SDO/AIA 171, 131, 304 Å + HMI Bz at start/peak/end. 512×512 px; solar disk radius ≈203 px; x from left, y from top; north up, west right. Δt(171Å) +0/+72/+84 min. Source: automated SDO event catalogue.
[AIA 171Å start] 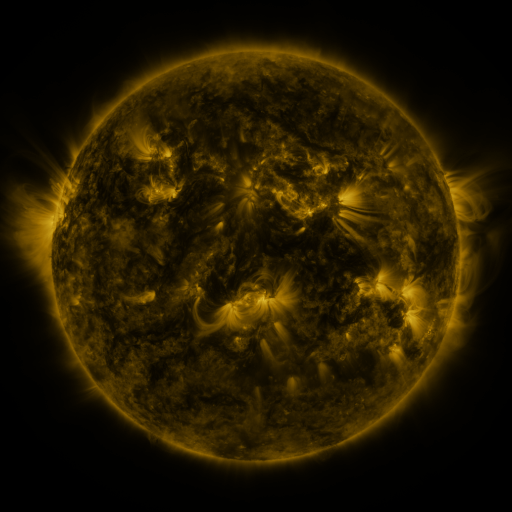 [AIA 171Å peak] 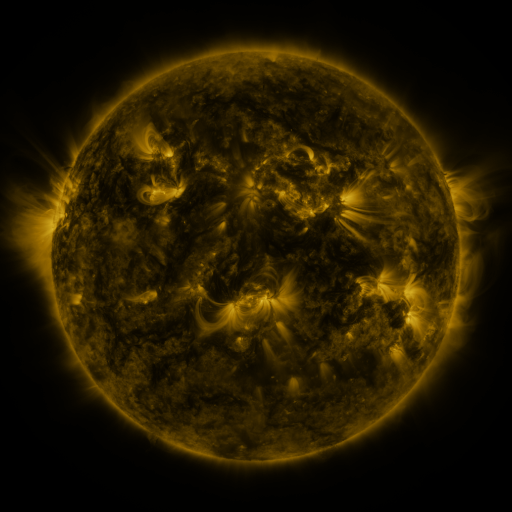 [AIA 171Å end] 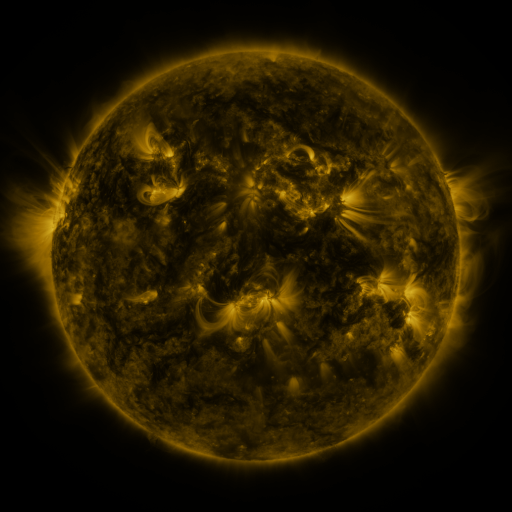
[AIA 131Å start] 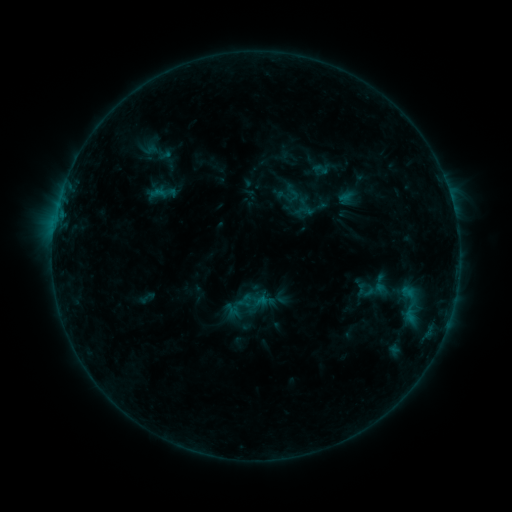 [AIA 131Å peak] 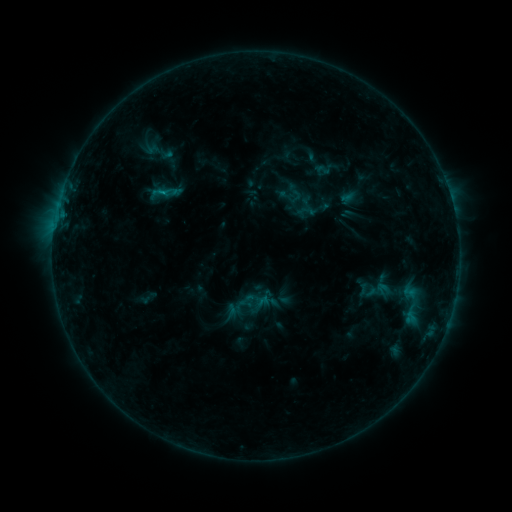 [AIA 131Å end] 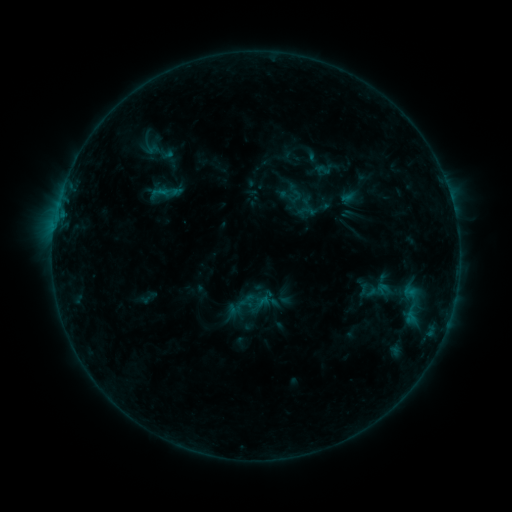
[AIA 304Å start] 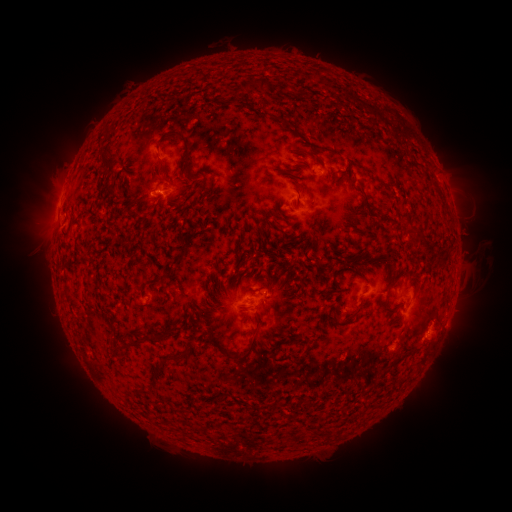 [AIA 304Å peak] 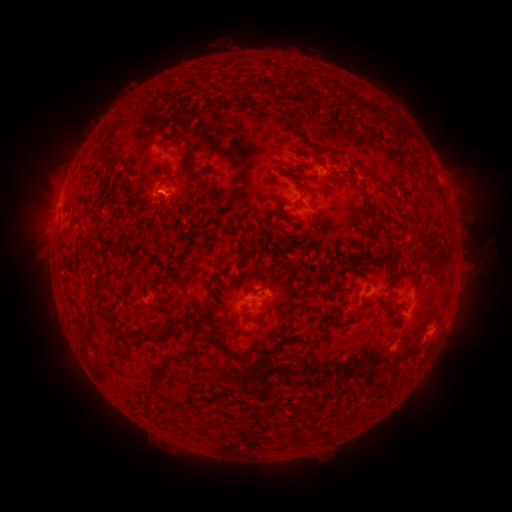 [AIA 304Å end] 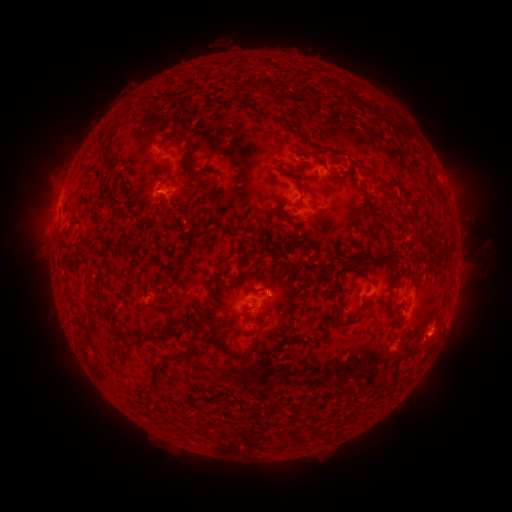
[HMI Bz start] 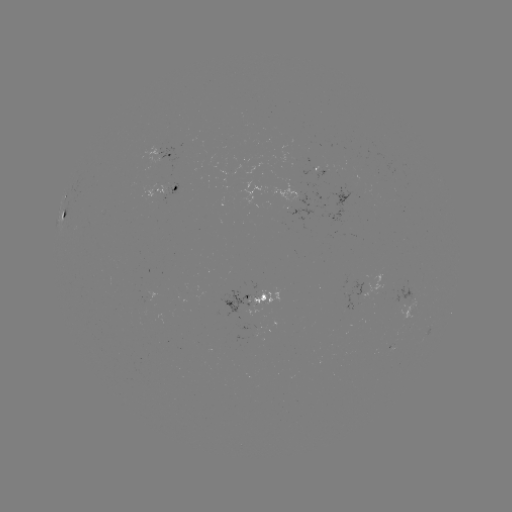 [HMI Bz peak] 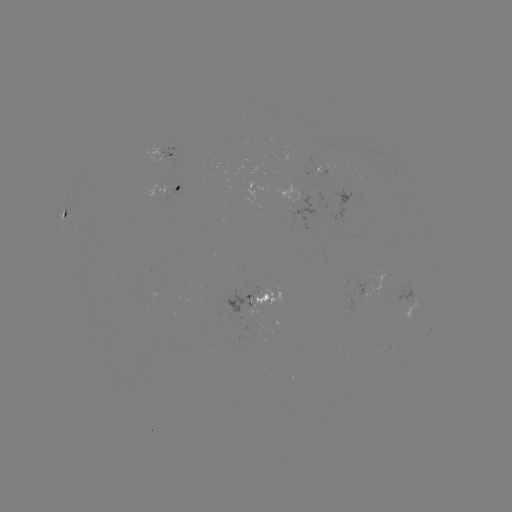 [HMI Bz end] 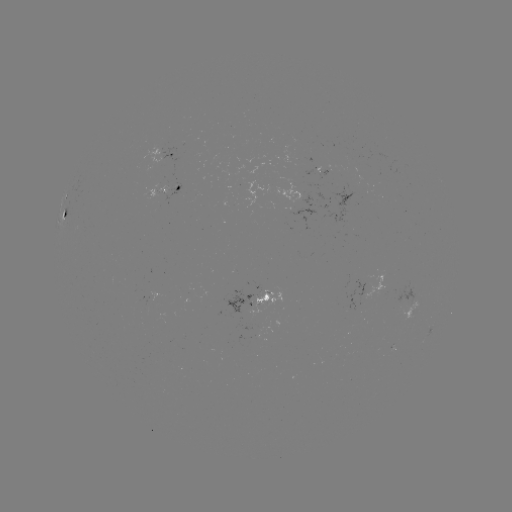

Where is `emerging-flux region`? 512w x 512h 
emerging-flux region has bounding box [283, 191, 316, 222].